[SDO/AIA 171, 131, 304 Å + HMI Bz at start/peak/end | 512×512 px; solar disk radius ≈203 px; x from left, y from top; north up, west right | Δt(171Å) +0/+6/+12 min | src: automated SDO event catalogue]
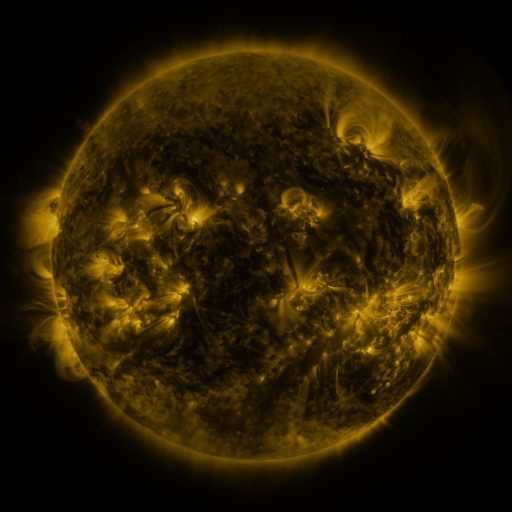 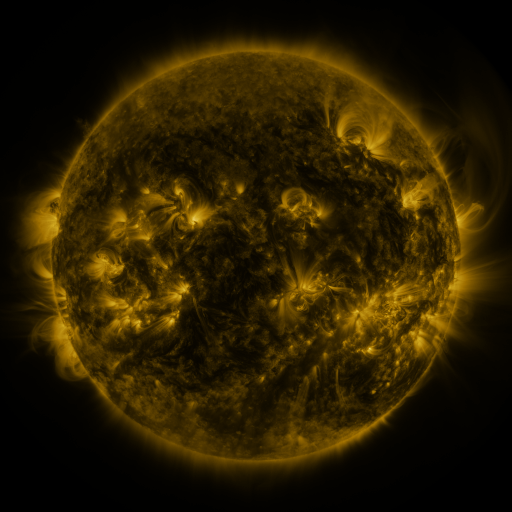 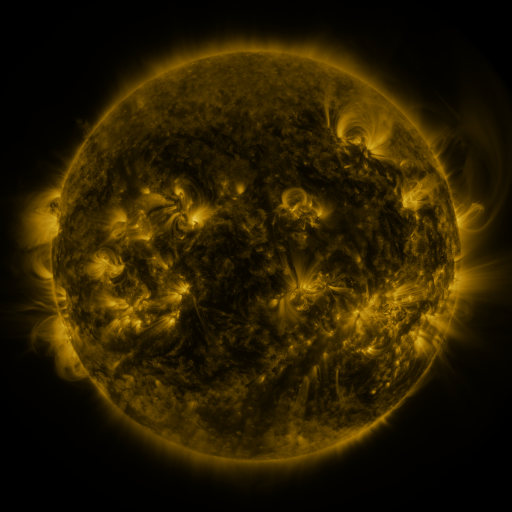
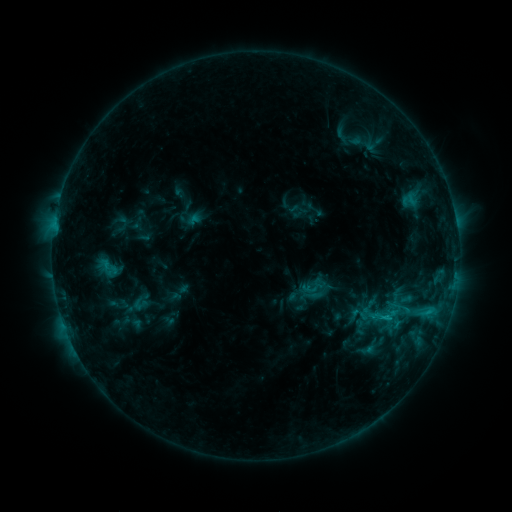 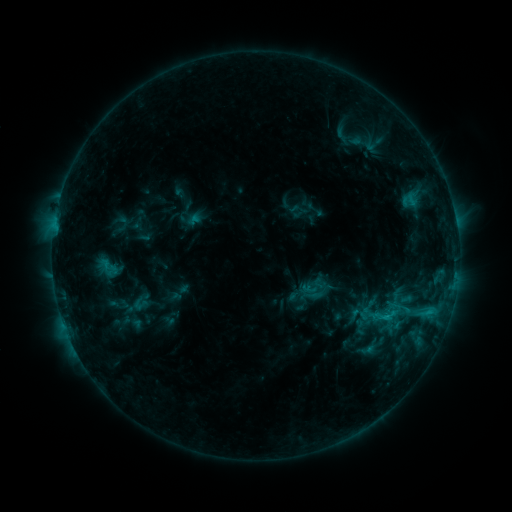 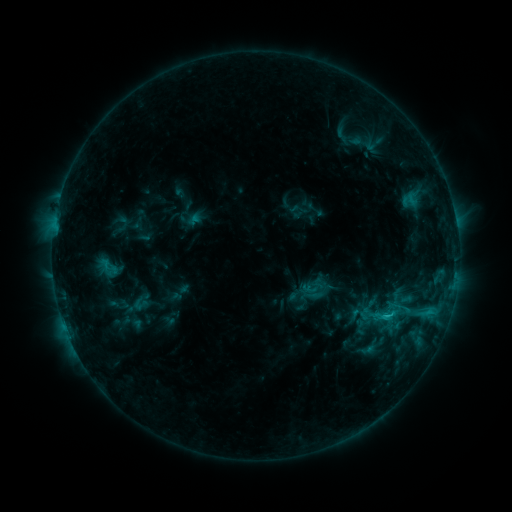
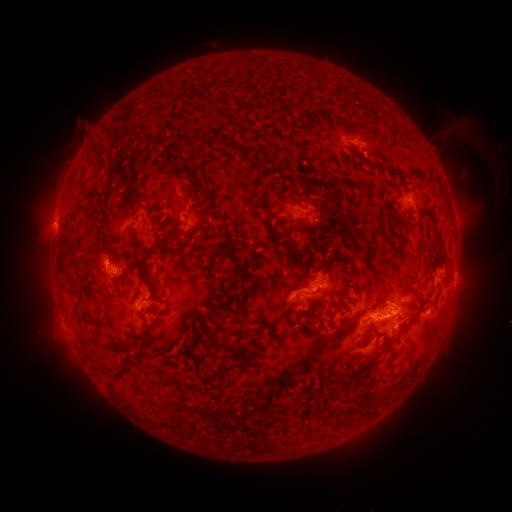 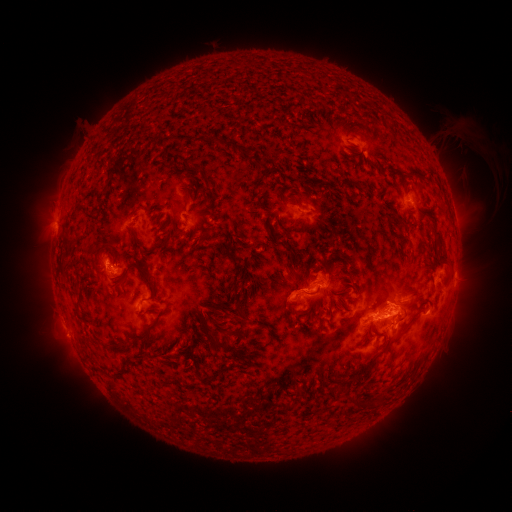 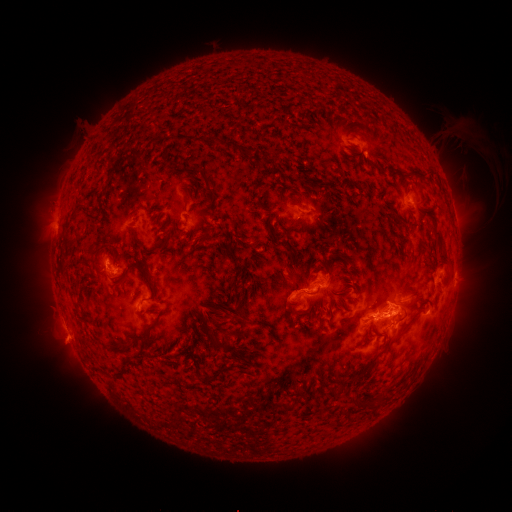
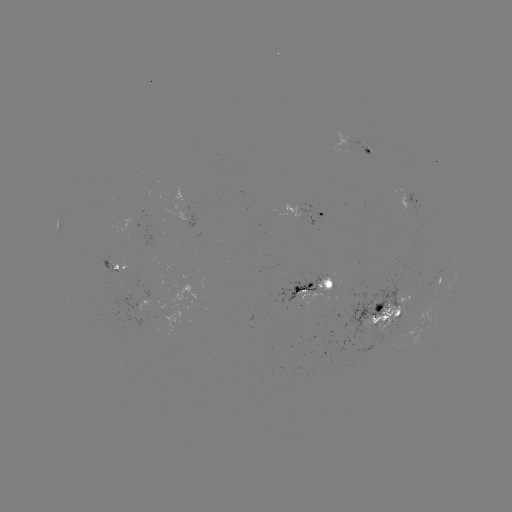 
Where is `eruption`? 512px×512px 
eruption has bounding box [40, 318, 92, 368].